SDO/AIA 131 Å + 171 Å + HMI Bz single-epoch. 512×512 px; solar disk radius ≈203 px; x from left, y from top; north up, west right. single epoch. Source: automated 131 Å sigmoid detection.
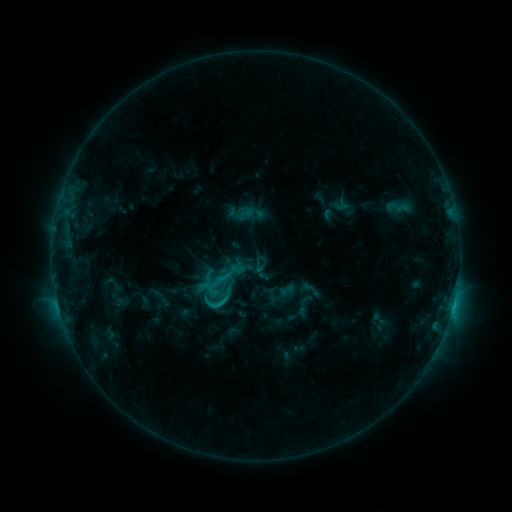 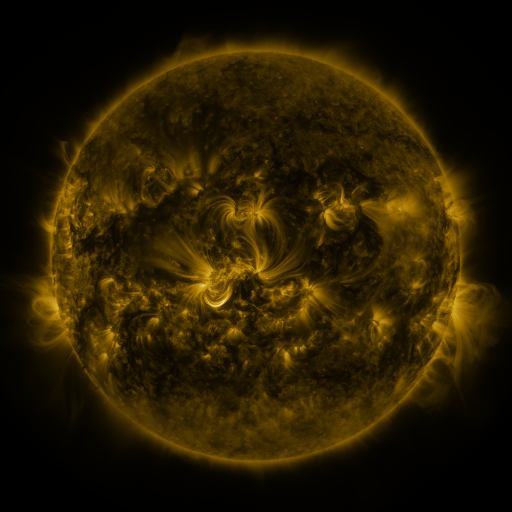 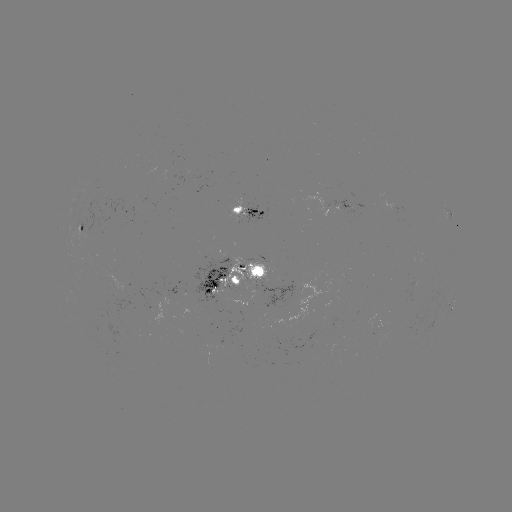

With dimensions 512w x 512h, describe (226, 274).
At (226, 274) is sigmoid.